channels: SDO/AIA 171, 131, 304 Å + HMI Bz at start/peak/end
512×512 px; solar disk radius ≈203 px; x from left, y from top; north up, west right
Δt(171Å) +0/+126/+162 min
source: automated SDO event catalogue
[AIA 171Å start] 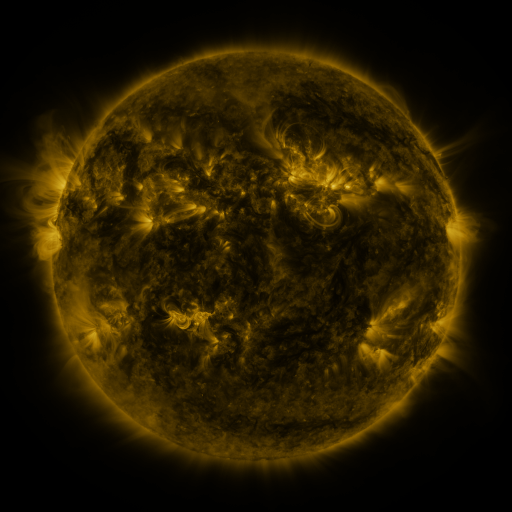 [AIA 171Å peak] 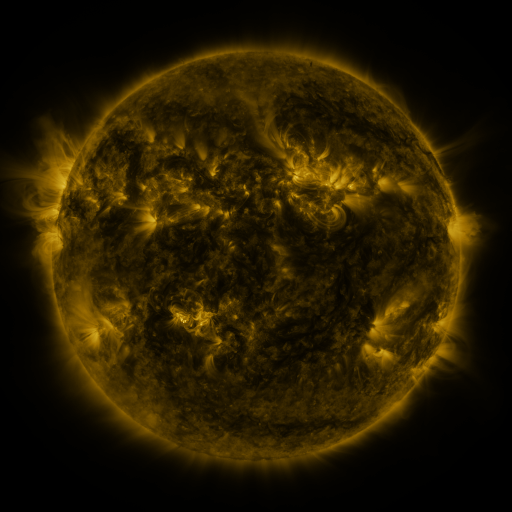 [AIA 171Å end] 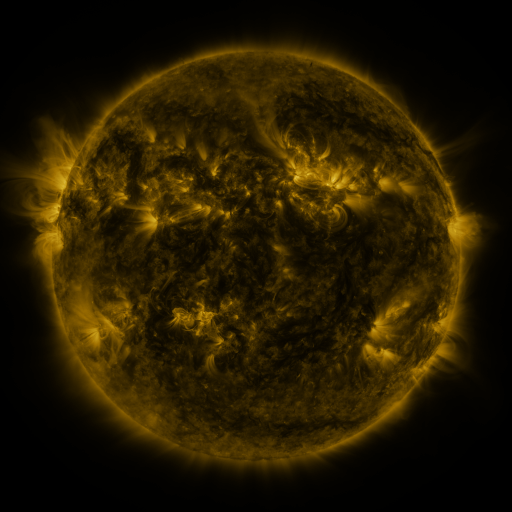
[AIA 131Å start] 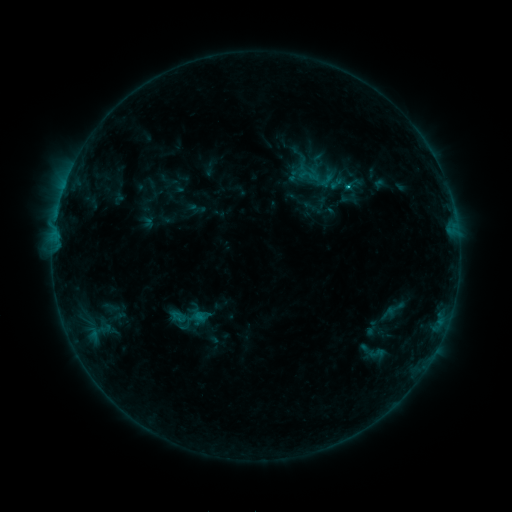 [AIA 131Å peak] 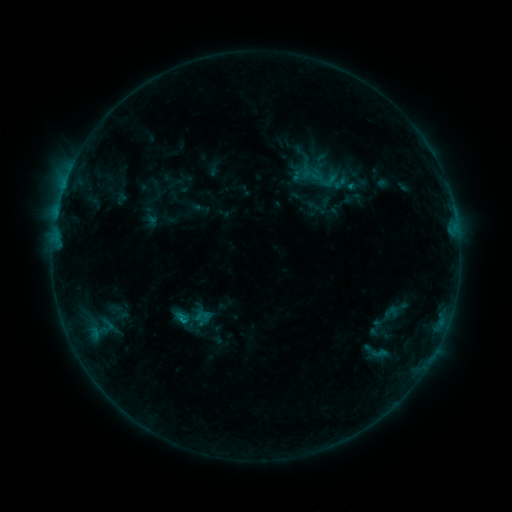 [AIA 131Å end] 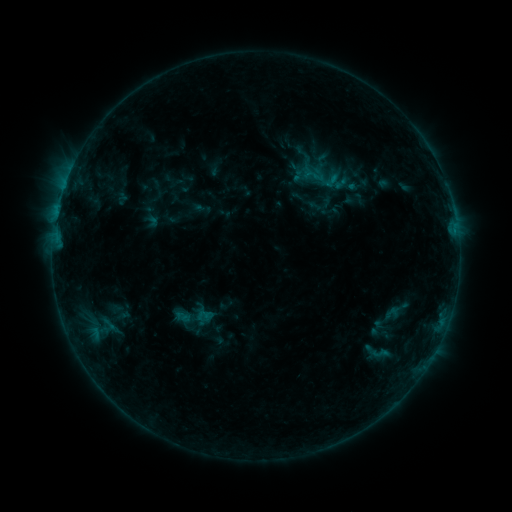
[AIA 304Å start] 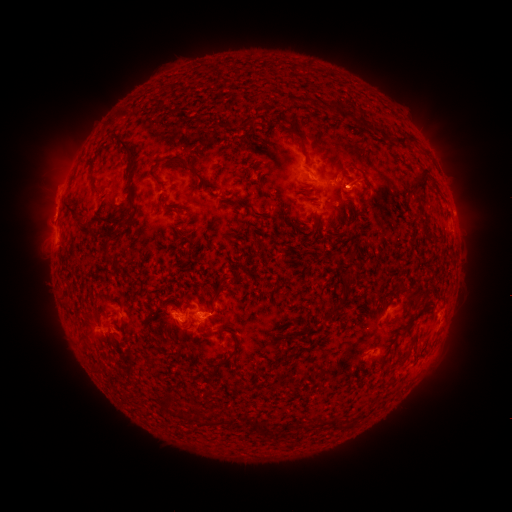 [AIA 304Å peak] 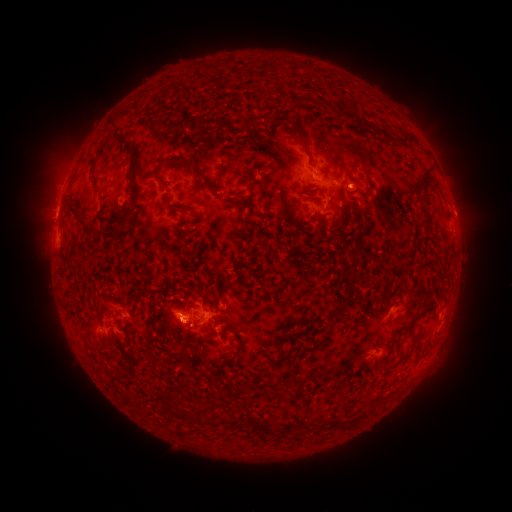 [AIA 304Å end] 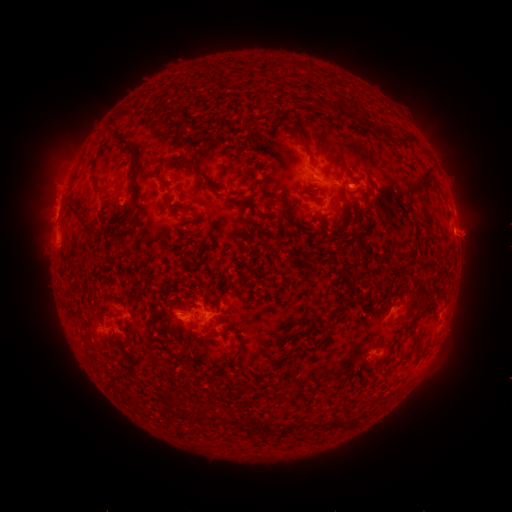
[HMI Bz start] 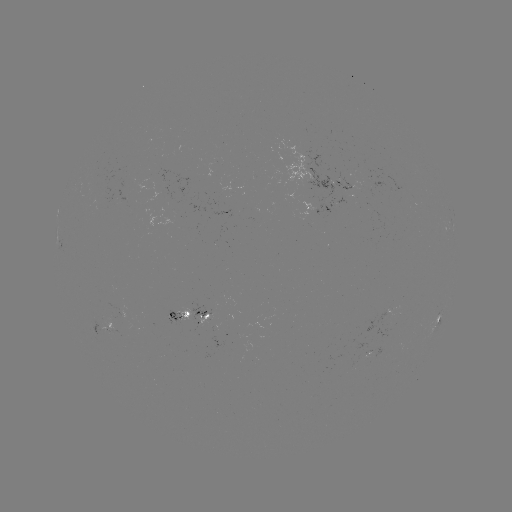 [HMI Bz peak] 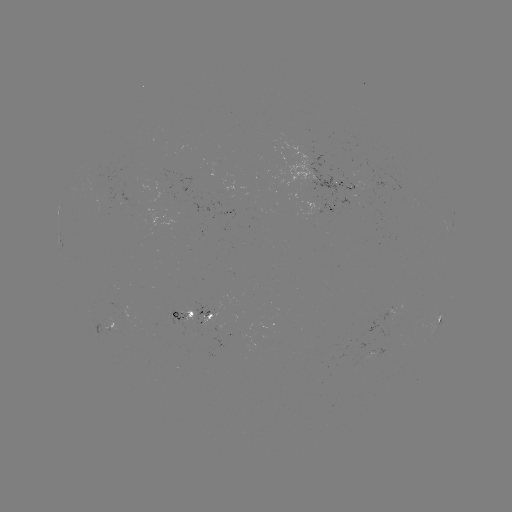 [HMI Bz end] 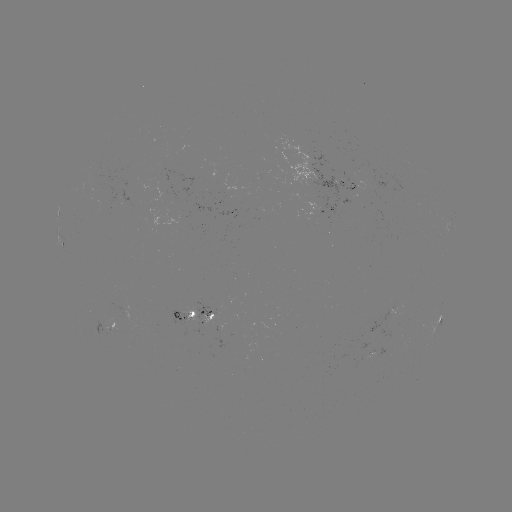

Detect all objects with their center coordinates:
emerging-flux region: (336, 184)
